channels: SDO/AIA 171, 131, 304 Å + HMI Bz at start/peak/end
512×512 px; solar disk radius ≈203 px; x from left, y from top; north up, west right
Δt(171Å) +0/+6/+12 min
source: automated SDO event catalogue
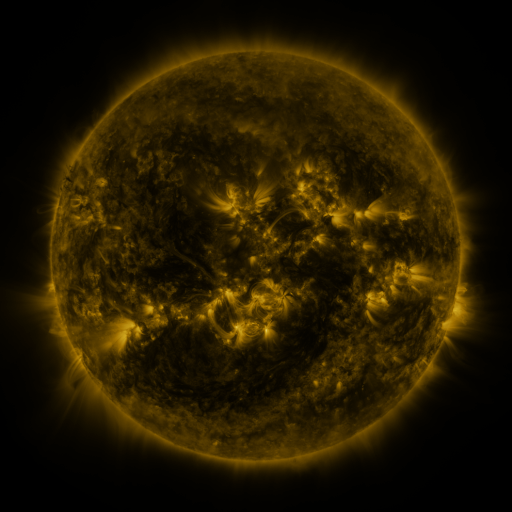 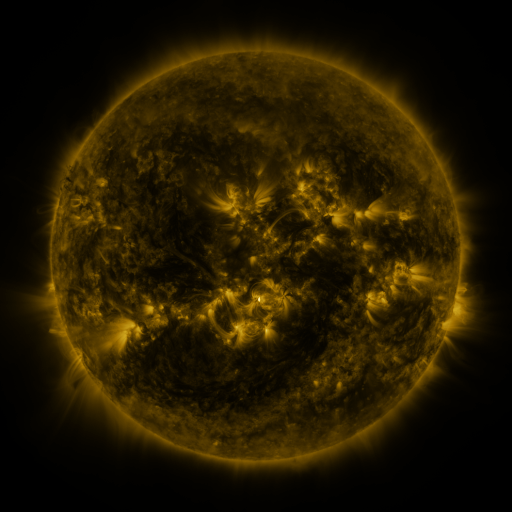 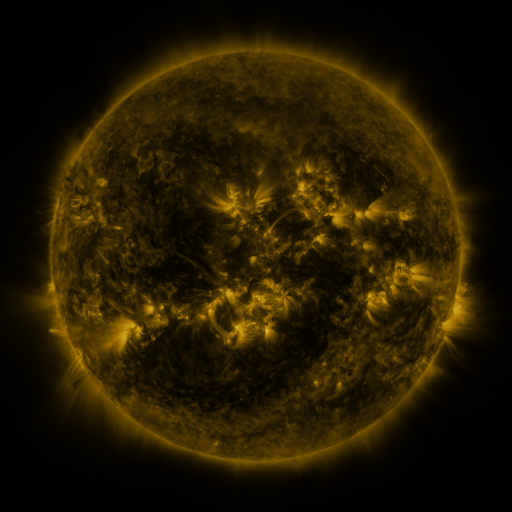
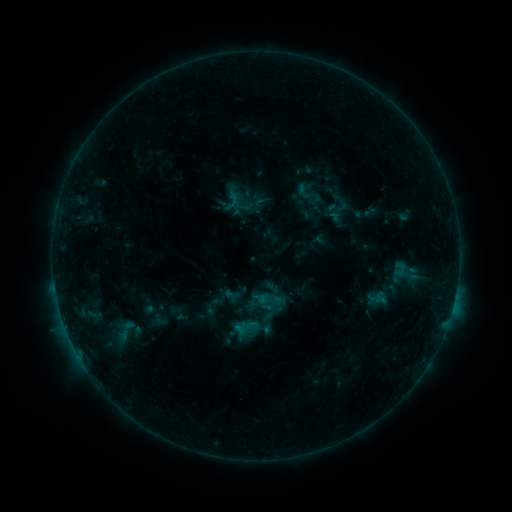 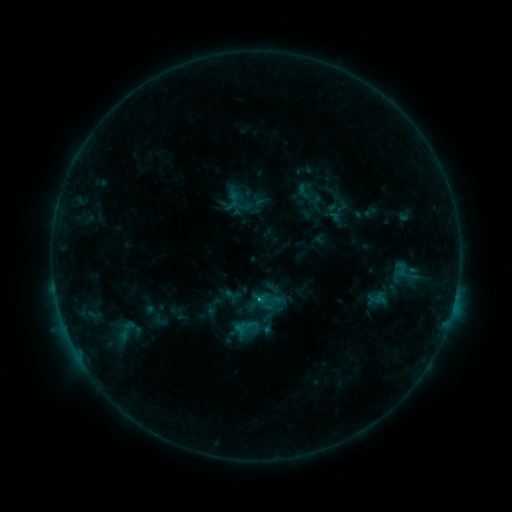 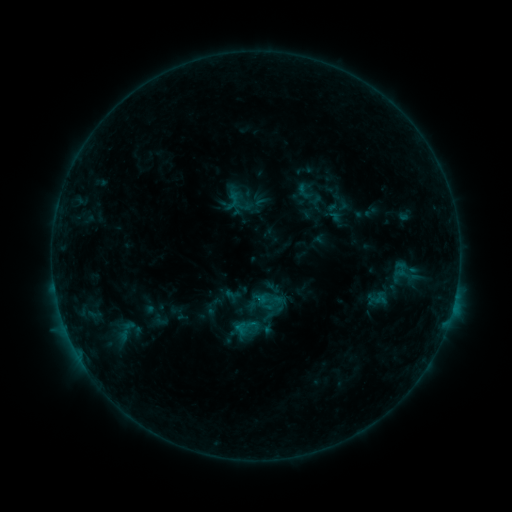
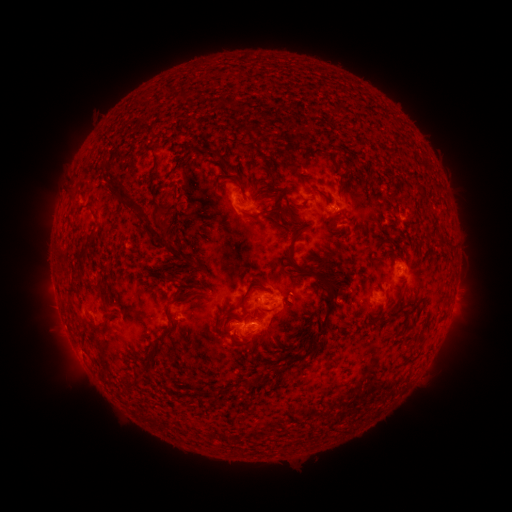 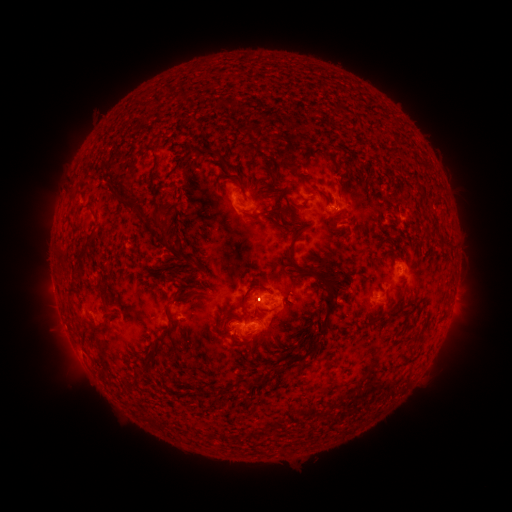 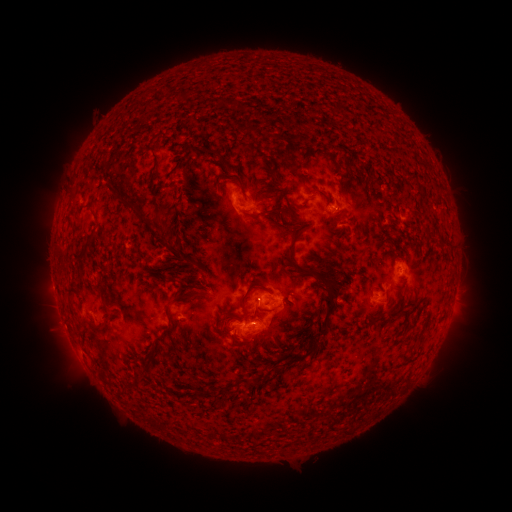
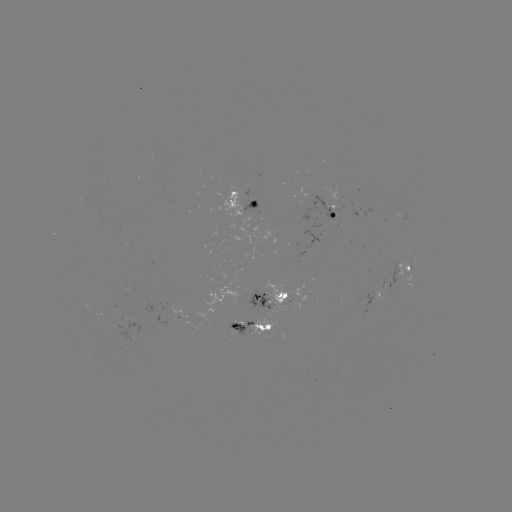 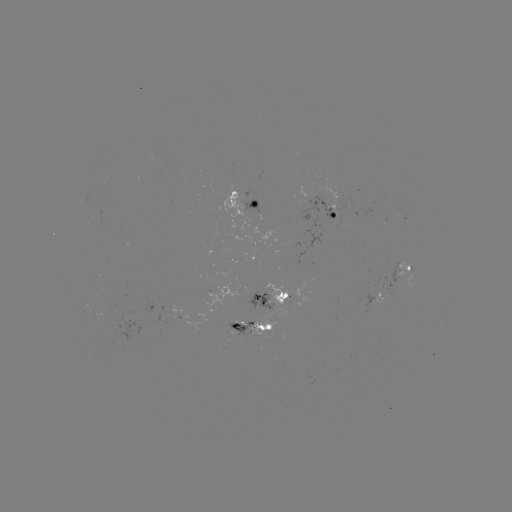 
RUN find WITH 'C1.4 flare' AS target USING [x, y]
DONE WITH [256, 299] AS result